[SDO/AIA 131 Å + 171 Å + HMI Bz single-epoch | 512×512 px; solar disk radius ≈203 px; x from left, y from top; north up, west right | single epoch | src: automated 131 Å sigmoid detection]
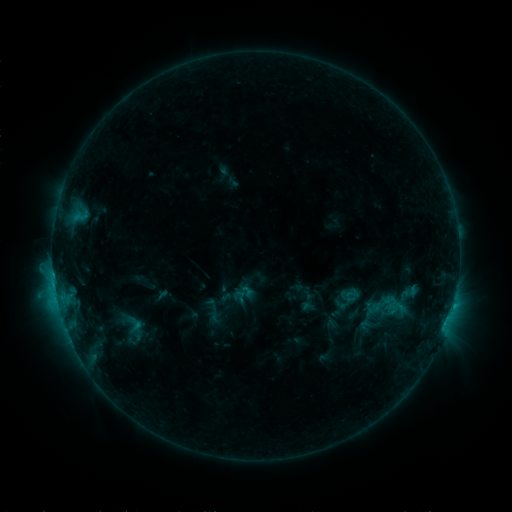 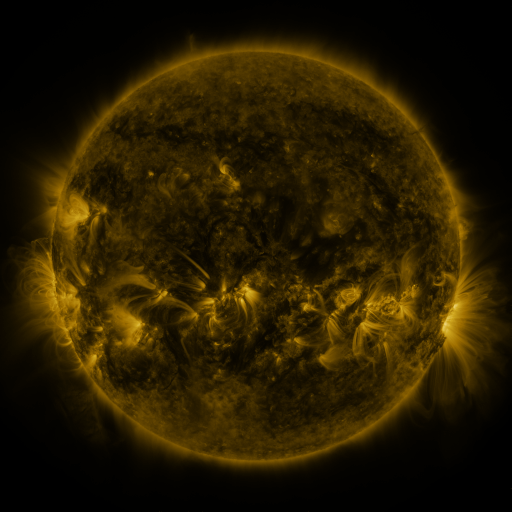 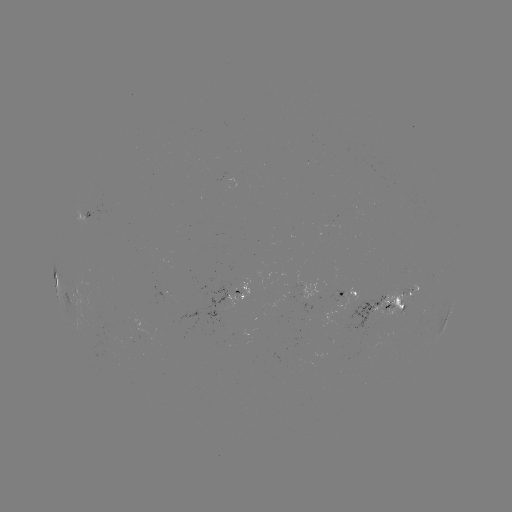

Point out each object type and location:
sigmoid: (232, 282, 252, 302)
